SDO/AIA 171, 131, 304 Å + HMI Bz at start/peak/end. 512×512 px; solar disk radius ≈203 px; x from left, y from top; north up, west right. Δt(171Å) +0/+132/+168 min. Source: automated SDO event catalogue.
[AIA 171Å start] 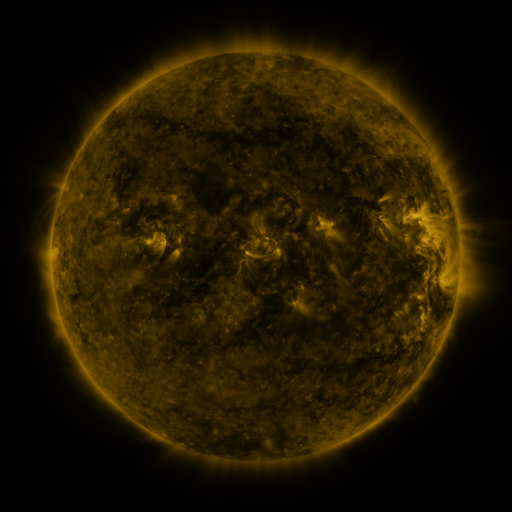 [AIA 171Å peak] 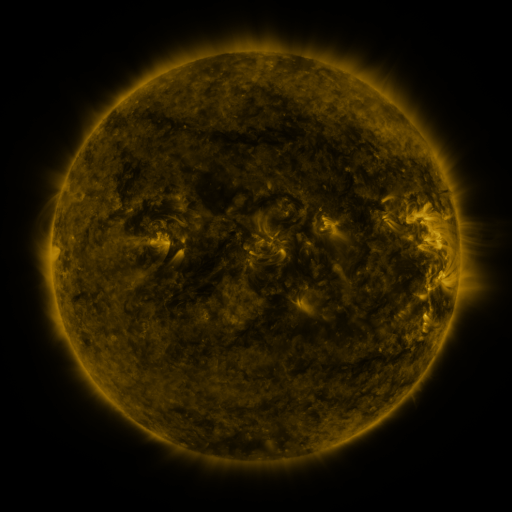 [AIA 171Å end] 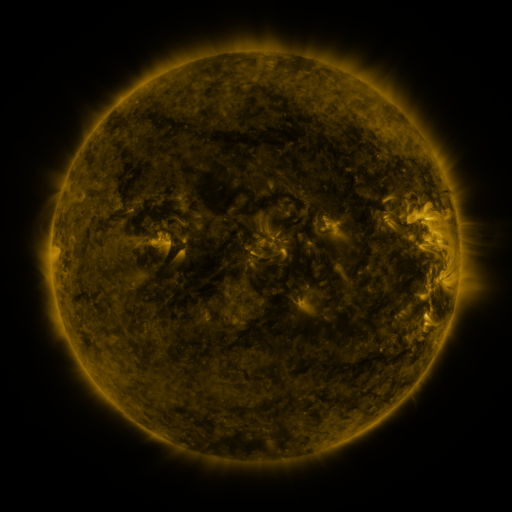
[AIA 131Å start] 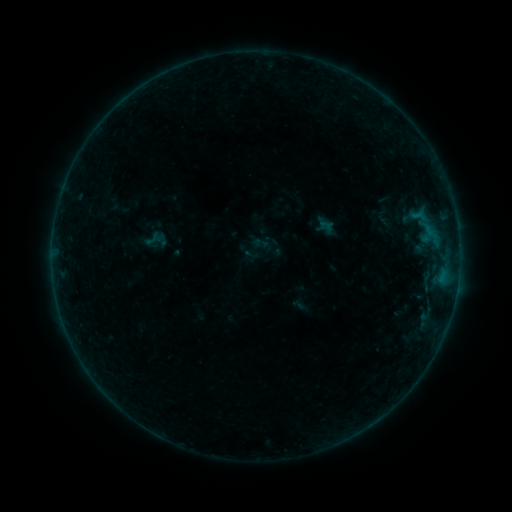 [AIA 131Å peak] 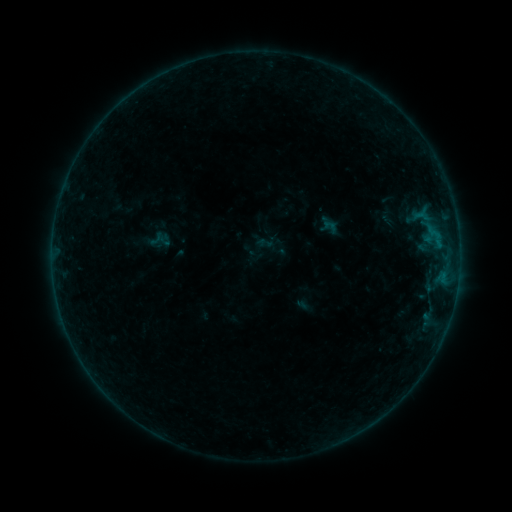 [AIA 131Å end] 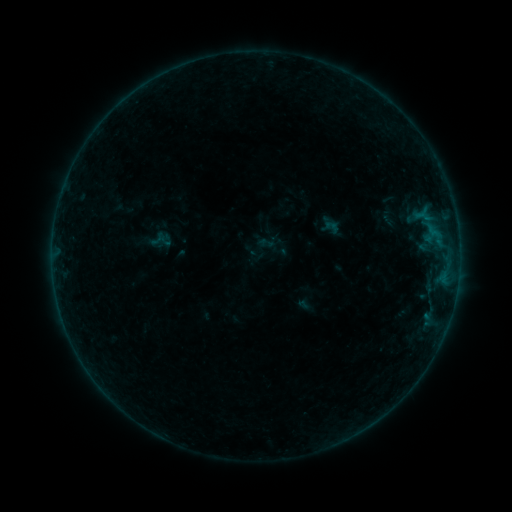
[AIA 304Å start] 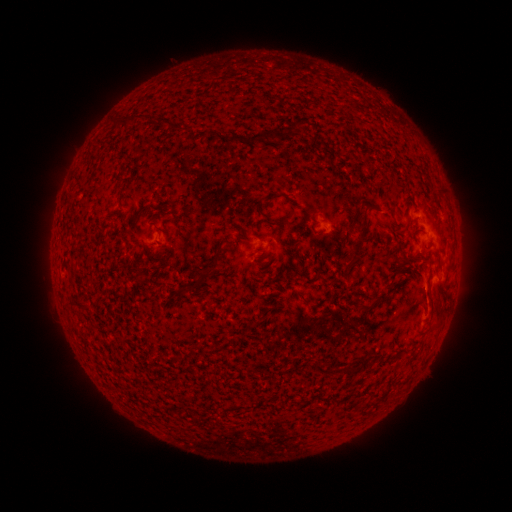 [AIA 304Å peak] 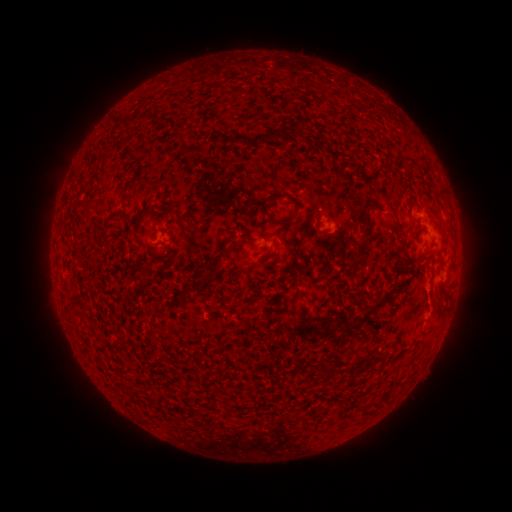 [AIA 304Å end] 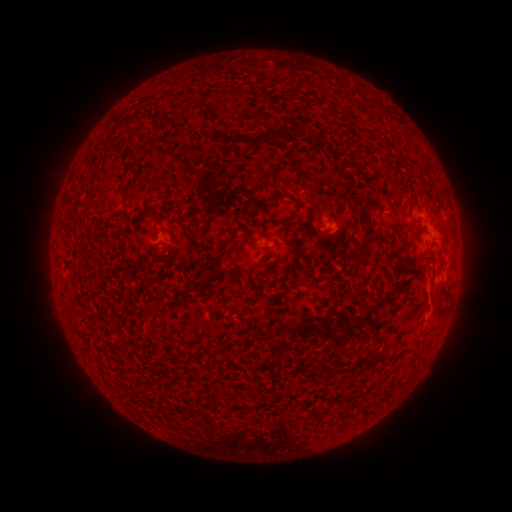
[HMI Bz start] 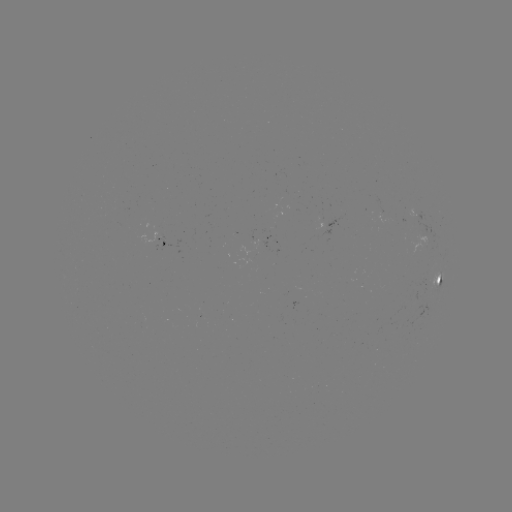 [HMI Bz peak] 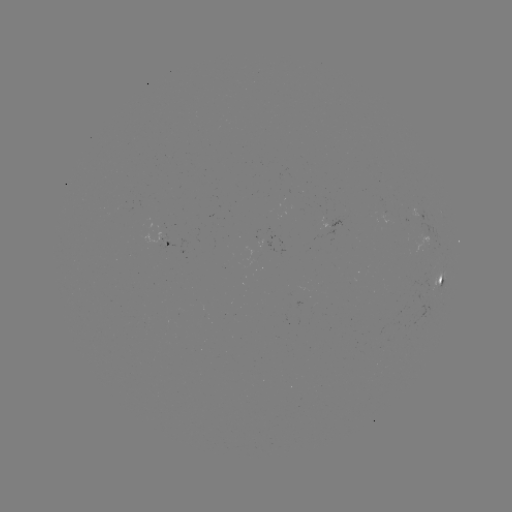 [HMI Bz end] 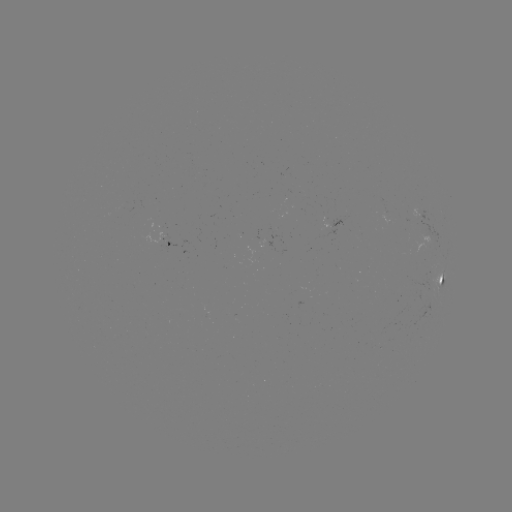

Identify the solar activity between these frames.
emerging-flux region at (257, 238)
